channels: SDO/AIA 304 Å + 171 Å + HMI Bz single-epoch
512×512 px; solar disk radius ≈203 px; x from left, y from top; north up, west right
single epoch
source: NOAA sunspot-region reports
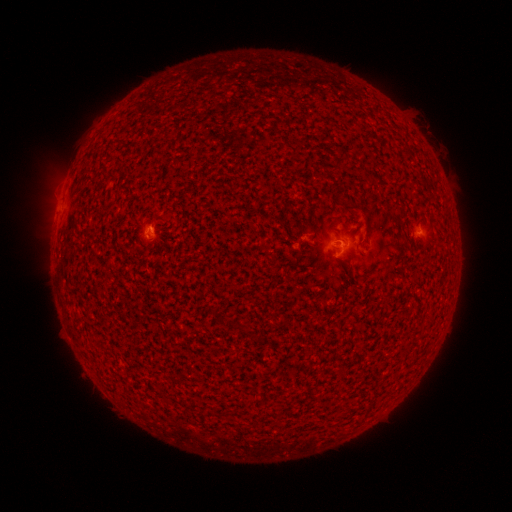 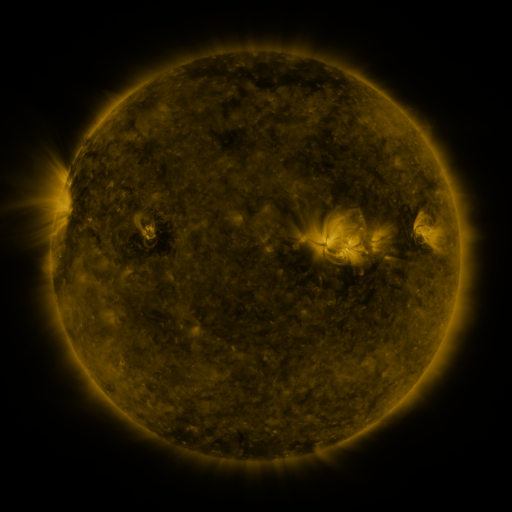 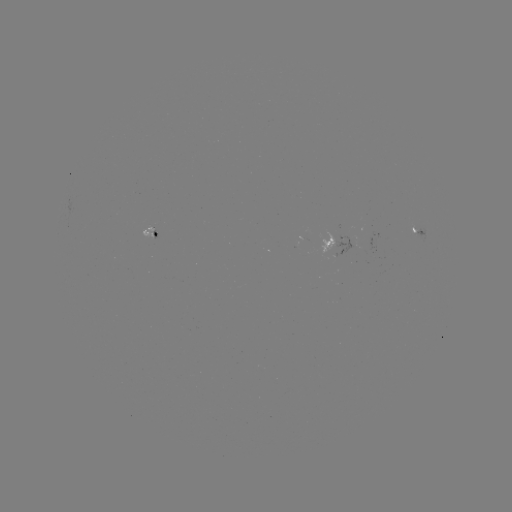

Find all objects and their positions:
spotted active region: (419, 230)
spotted active region: (148, 235)
spotted active region: (338, 243)
